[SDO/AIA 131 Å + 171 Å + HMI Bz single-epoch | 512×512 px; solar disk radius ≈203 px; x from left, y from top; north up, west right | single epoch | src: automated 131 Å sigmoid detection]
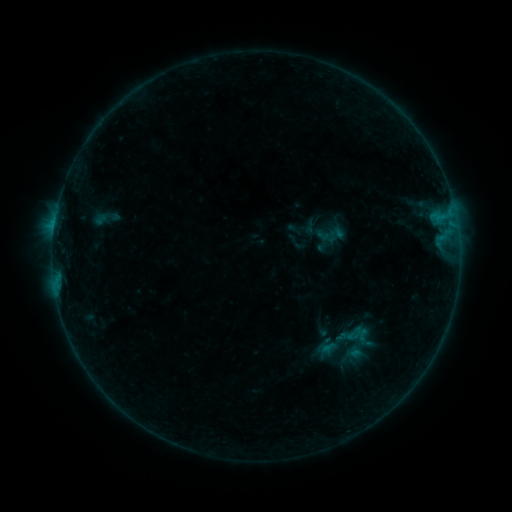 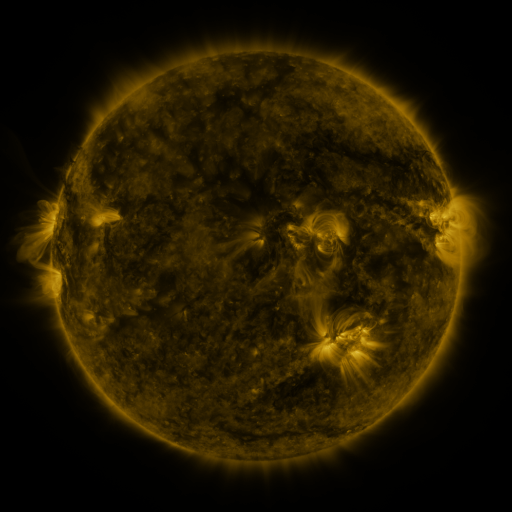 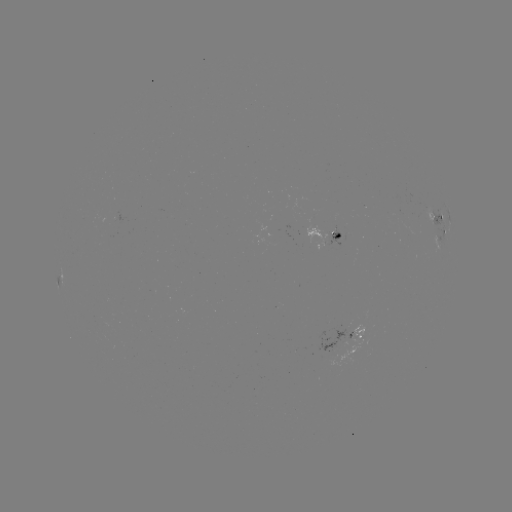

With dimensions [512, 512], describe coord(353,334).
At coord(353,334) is sigmoid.